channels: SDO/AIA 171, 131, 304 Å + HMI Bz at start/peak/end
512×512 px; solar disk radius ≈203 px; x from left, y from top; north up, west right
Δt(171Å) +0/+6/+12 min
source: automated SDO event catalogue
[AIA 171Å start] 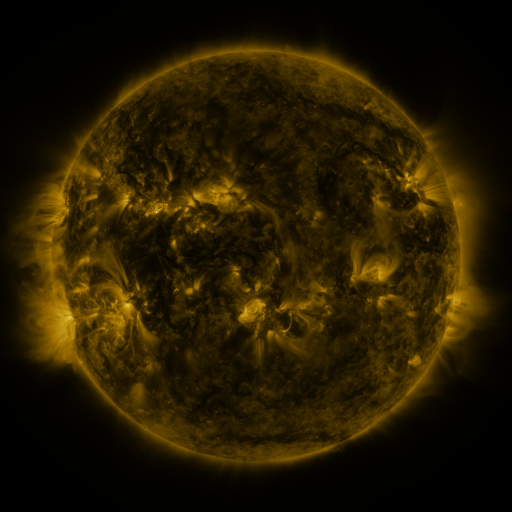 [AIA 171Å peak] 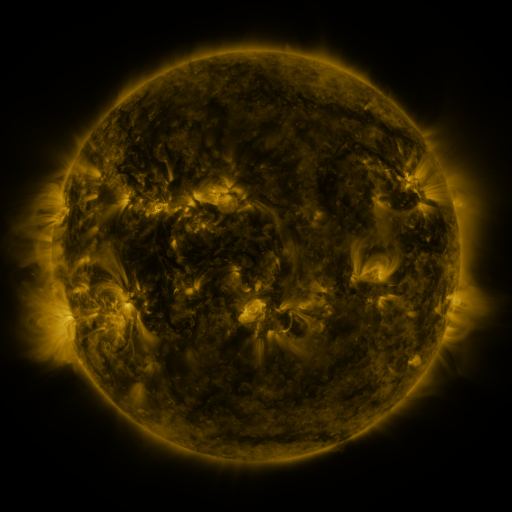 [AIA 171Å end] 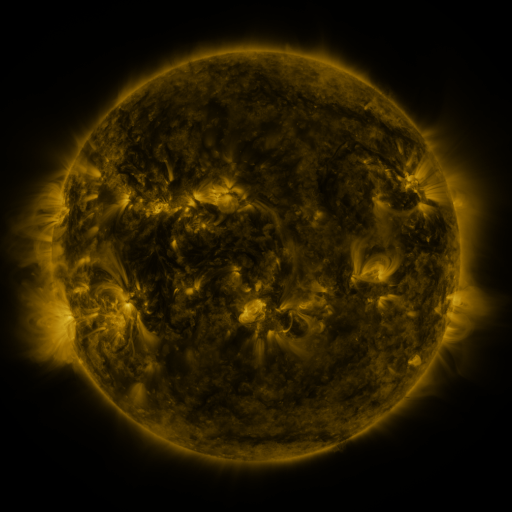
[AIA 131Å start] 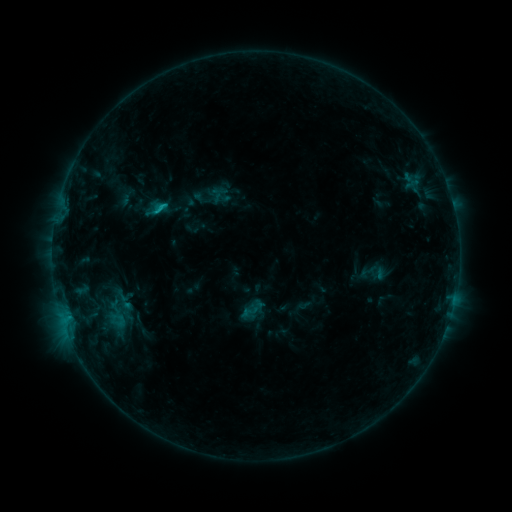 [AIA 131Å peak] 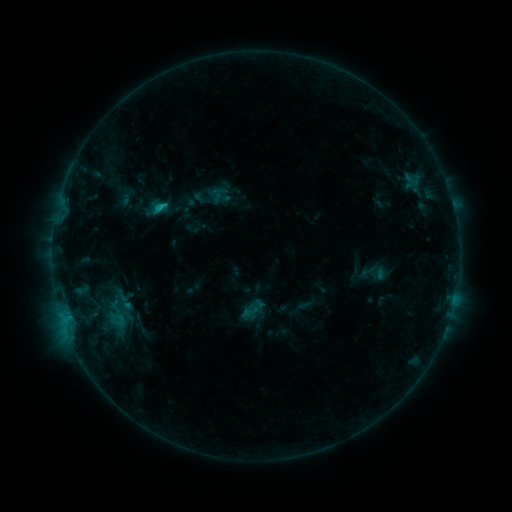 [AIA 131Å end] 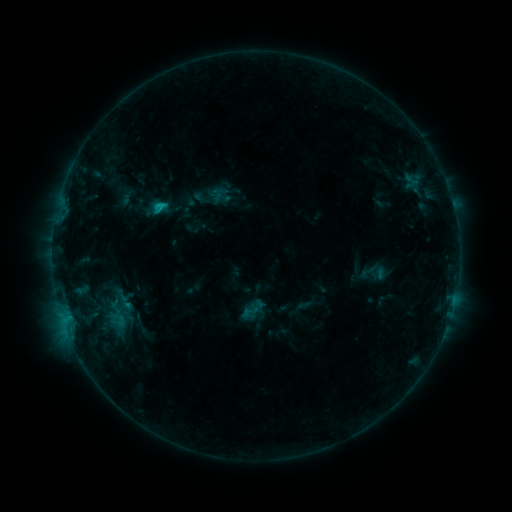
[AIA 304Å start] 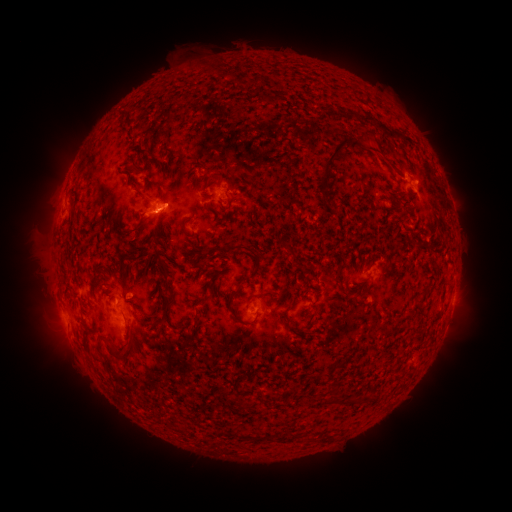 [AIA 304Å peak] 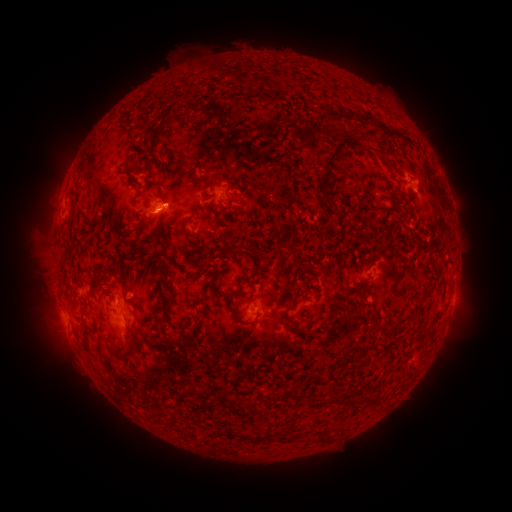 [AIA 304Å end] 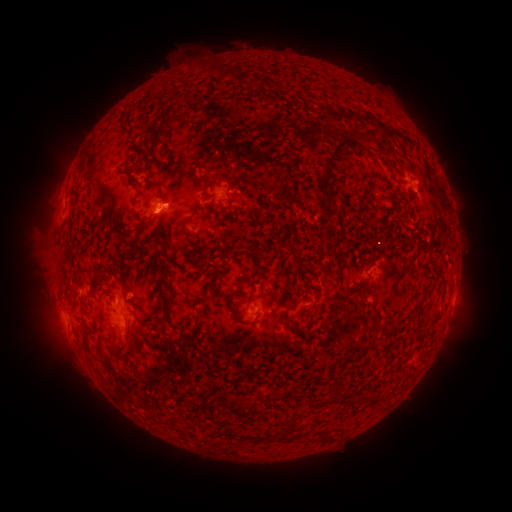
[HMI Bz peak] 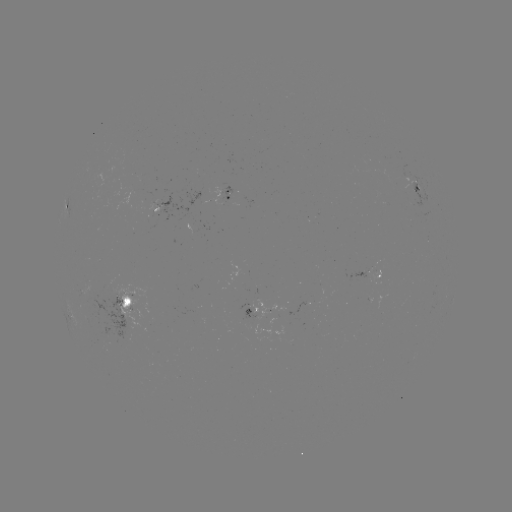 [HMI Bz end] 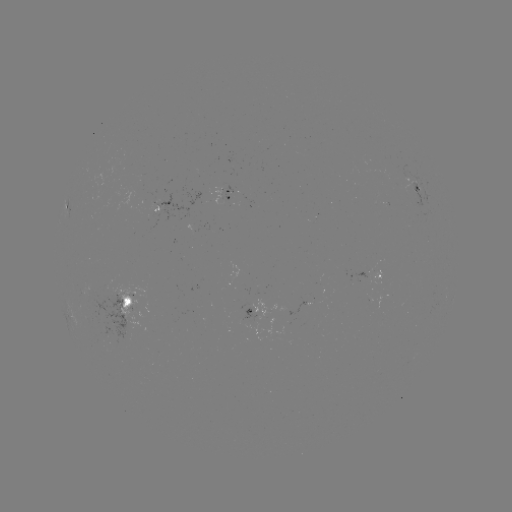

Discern B9.6 flare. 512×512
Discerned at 161,207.